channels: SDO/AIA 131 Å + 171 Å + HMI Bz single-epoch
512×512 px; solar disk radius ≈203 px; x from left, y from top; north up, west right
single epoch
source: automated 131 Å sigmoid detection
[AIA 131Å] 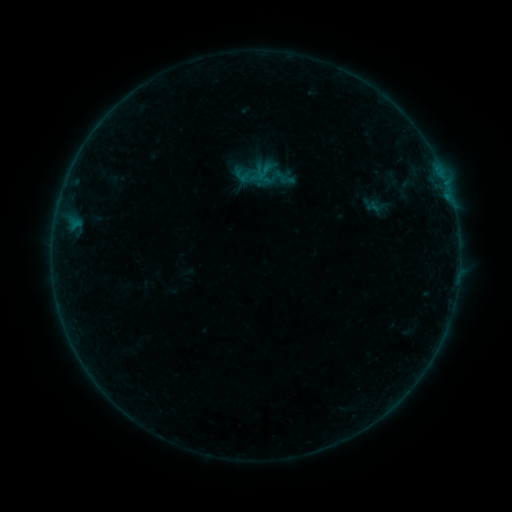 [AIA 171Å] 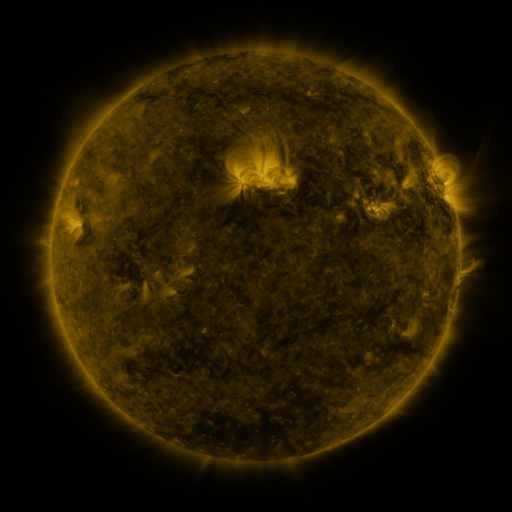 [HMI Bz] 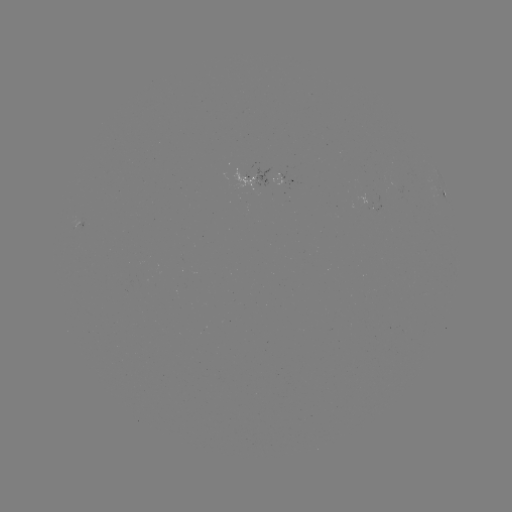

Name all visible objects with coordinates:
sigmoid: [233, 165, 252, 185]
